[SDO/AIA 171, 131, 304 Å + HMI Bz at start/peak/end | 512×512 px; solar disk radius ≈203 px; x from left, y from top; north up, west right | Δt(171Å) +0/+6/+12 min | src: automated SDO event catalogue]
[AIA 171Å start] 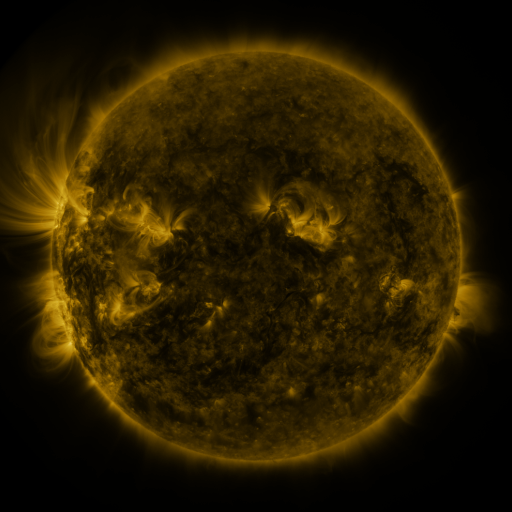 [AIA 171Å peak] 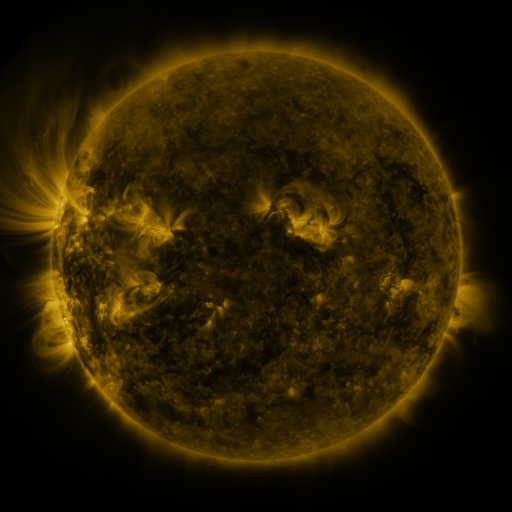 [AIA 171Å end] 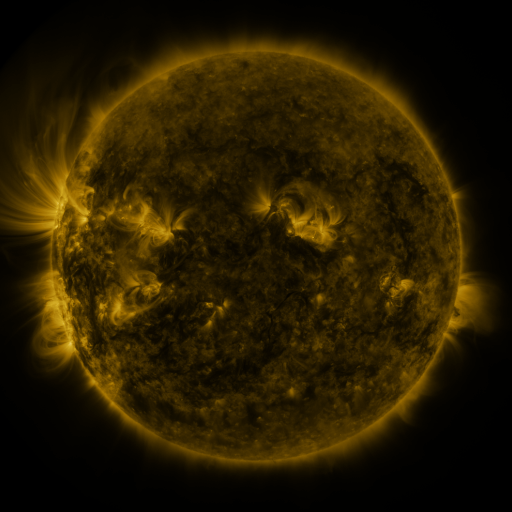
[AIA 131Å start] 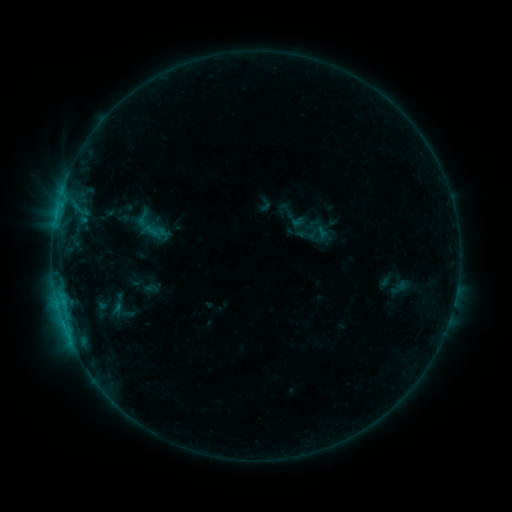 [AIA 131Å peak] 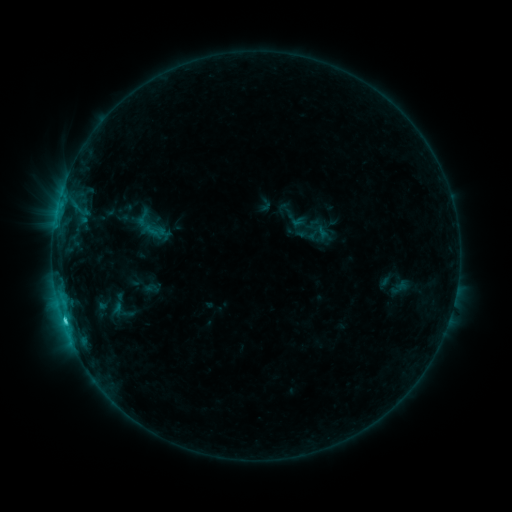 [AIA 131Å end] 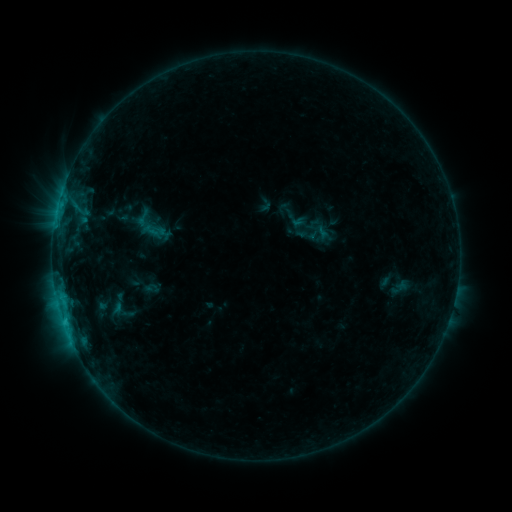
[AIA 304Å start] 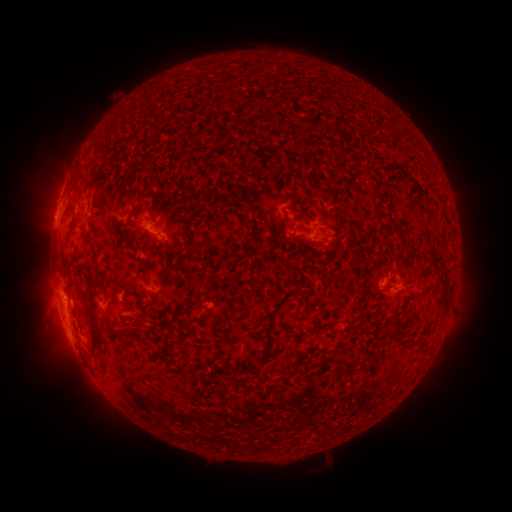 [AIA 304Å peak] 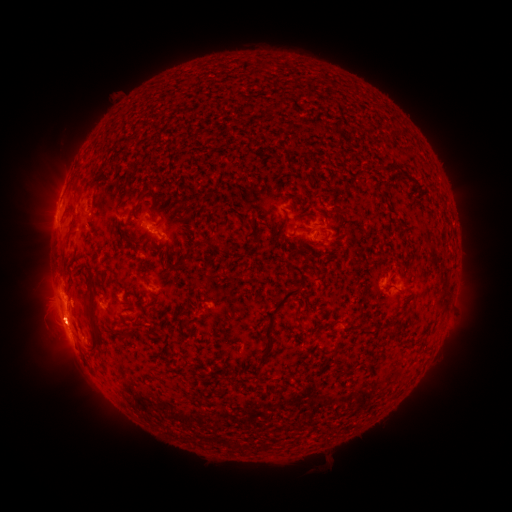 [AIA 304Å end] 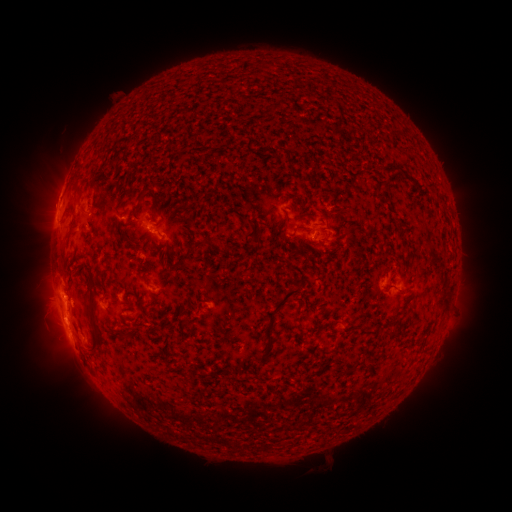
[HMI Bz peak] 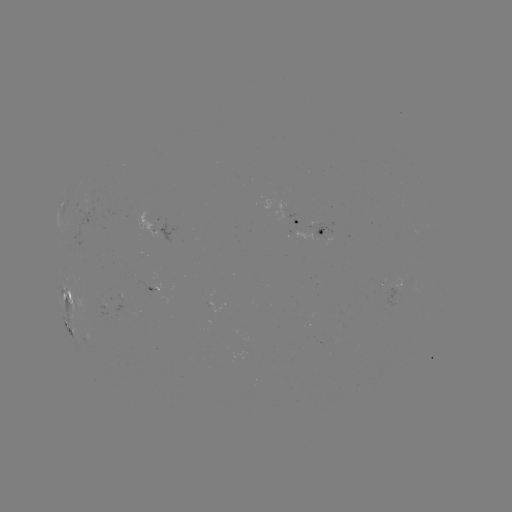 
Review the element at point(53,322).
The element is eruption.